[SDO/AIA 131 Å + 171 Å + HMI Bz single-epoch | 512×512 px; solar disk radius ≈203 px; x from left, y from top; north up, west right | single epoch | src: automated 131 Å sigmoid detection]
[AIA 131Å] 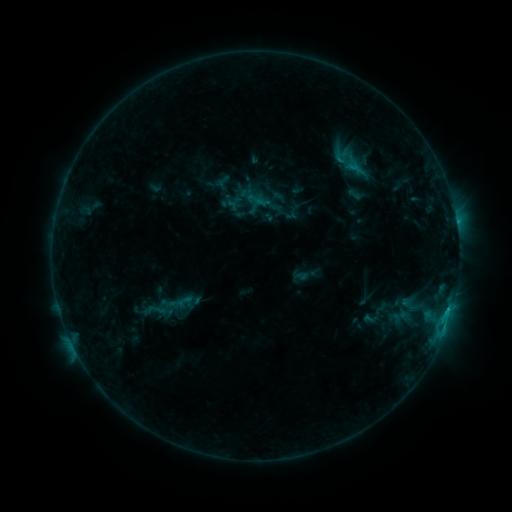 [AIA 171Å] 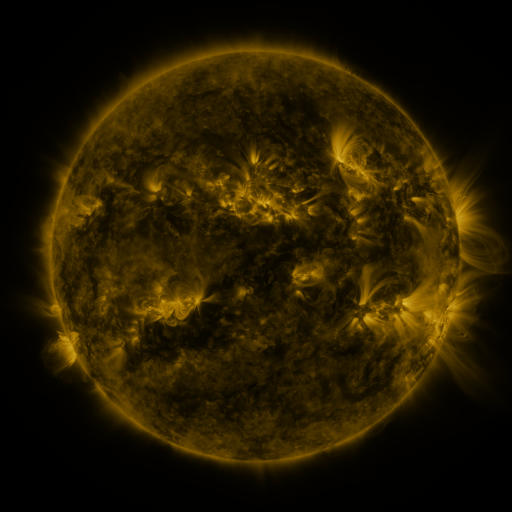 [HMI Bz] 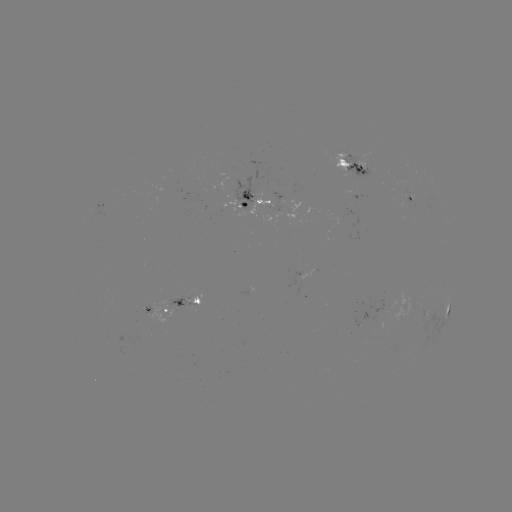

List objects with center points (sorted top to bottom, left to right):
sigmoid: (154, 310)
